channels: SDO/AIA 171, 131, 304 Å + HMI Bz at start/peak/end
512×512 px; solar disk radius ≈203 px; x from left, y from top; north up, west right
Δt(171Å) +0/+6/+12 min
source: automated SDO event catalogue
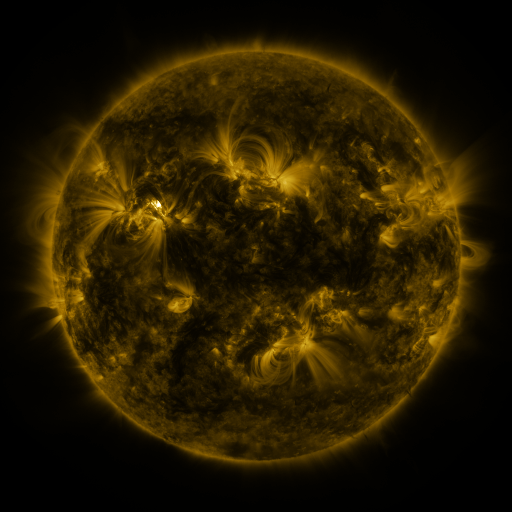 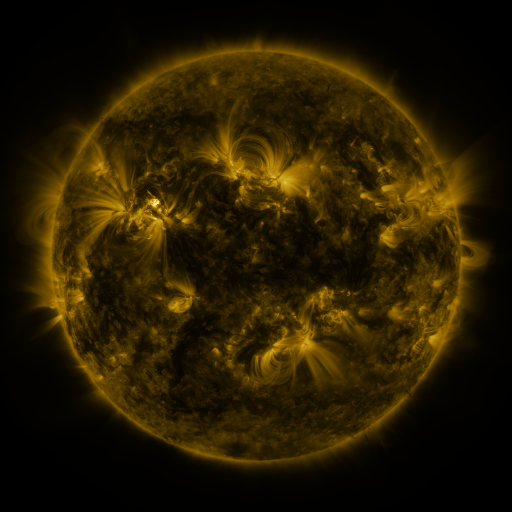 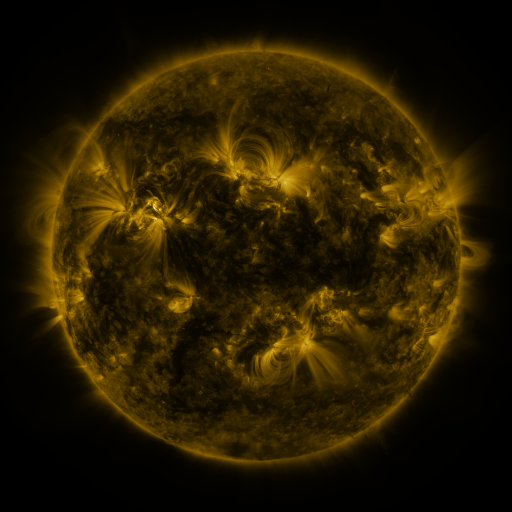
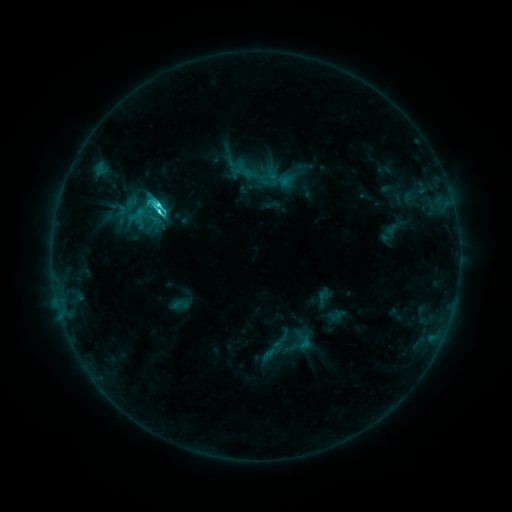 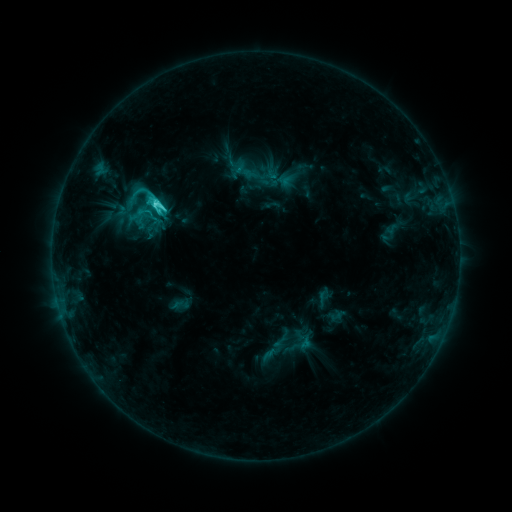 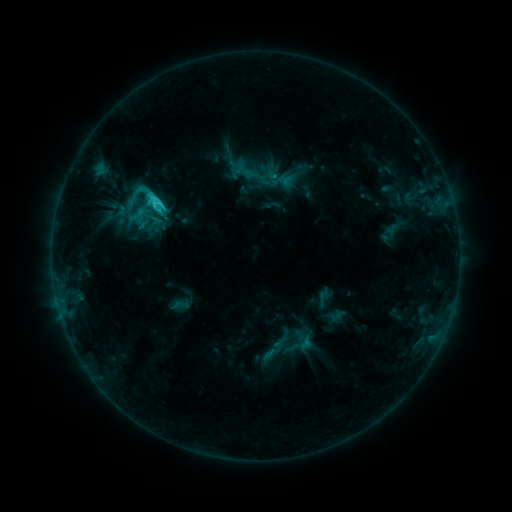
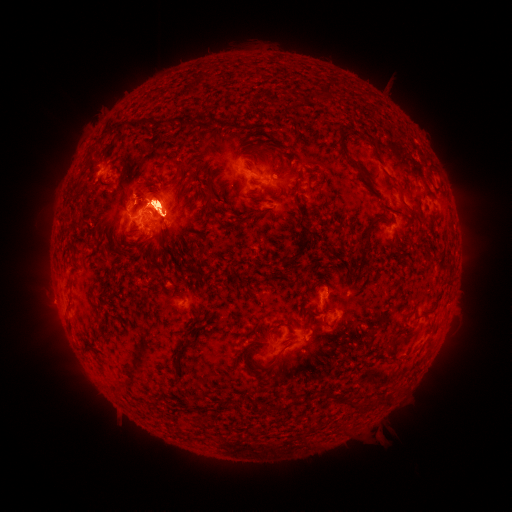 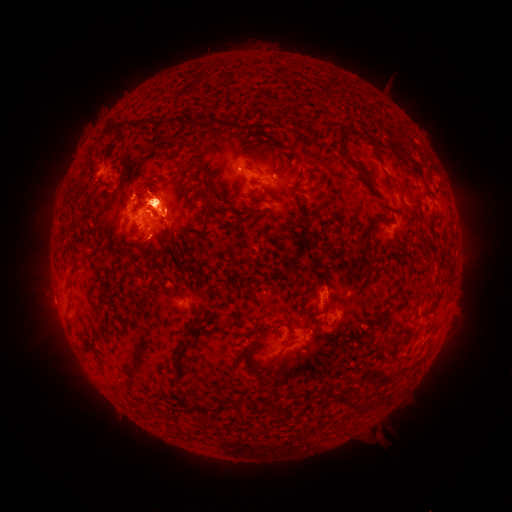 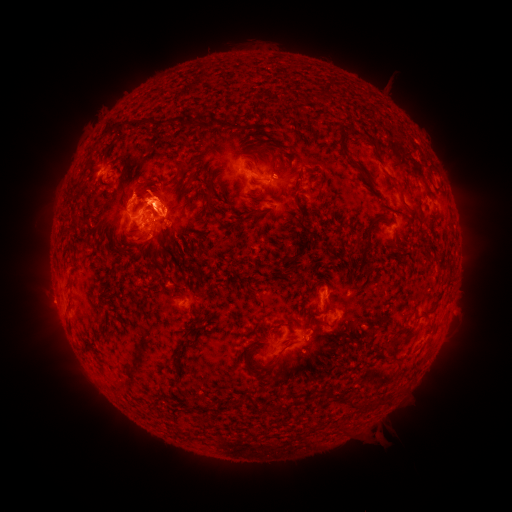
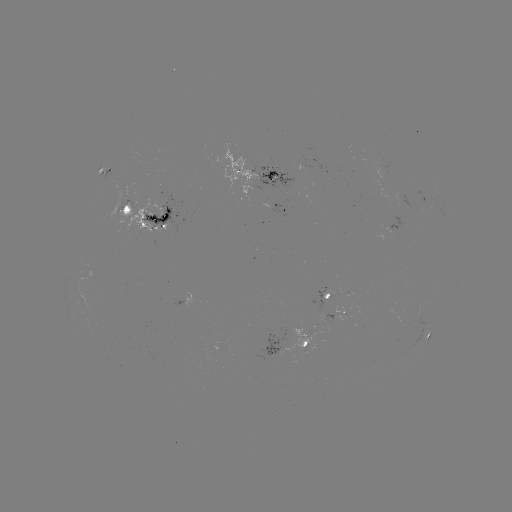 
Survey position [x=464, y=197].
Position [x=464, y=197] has eruption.